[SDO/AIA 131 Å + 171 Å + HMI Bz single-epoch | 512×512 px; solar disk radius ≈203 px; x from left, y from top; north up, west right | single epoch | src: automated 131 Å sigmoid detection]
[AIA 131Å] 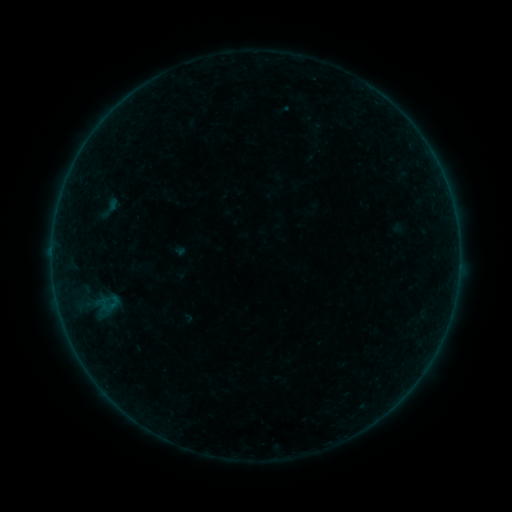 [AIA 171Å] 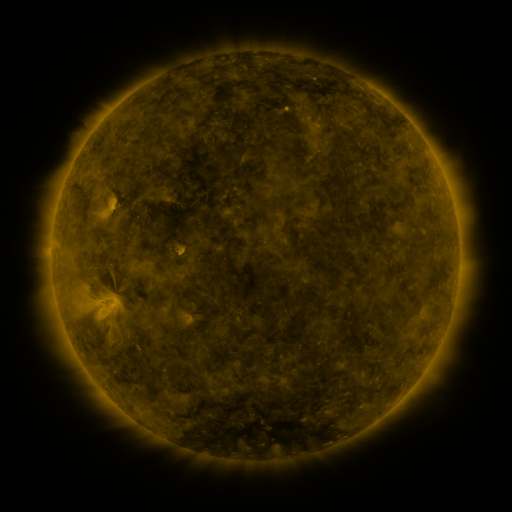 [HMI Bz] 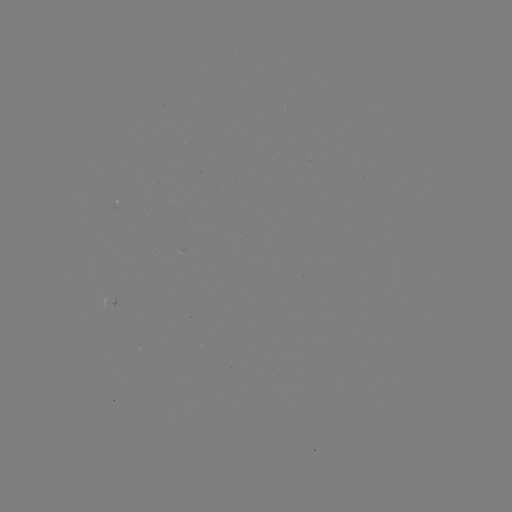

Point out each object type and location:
sigmoid: (109, 208)
